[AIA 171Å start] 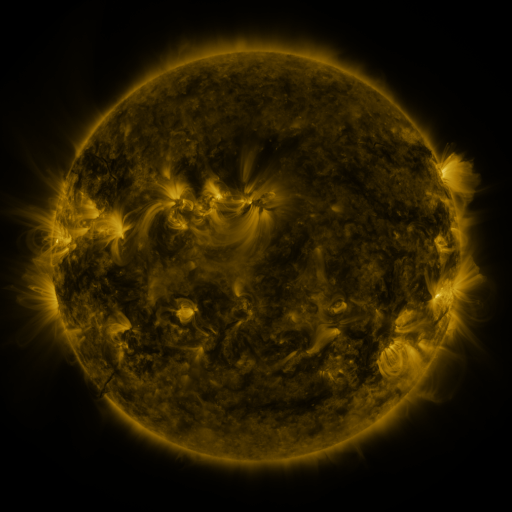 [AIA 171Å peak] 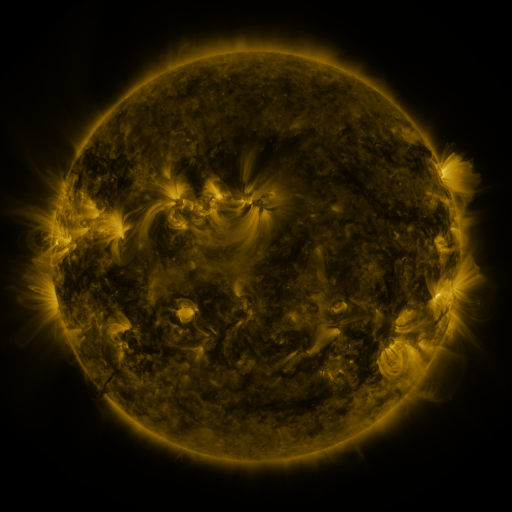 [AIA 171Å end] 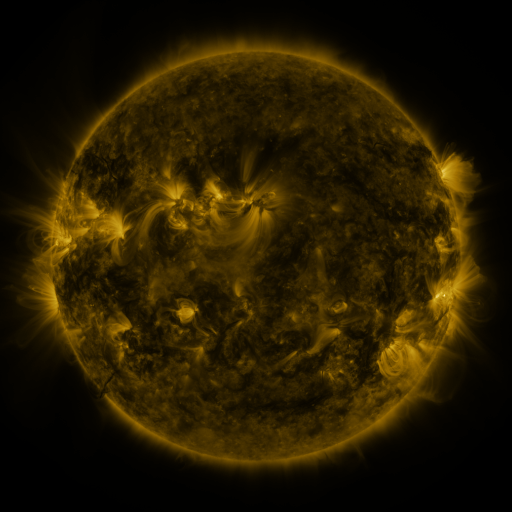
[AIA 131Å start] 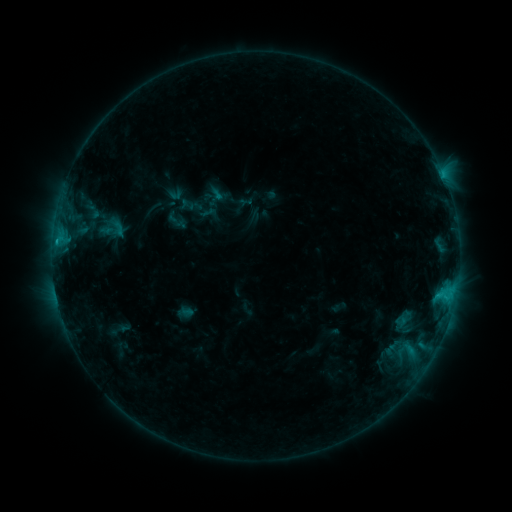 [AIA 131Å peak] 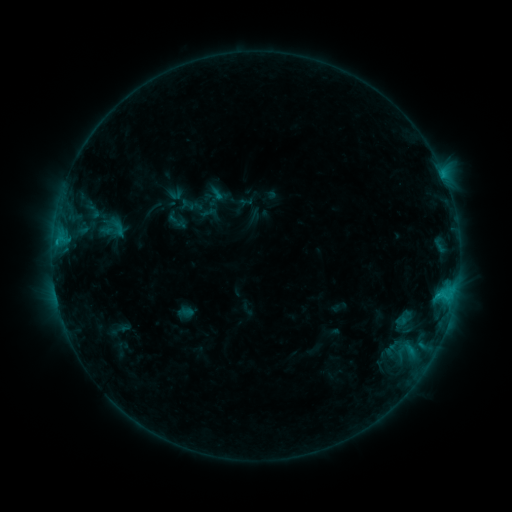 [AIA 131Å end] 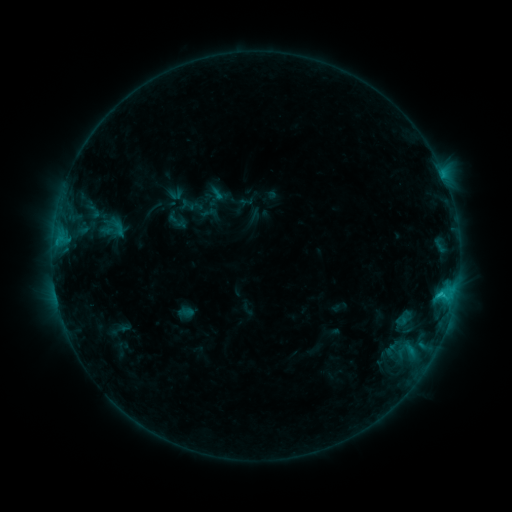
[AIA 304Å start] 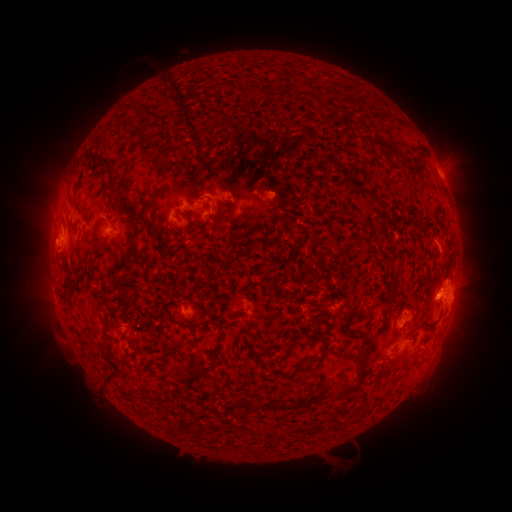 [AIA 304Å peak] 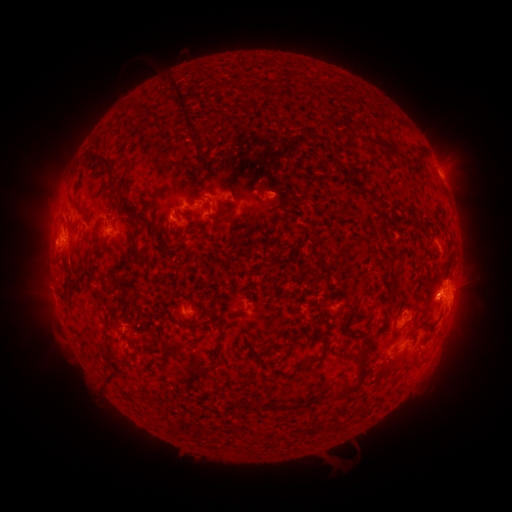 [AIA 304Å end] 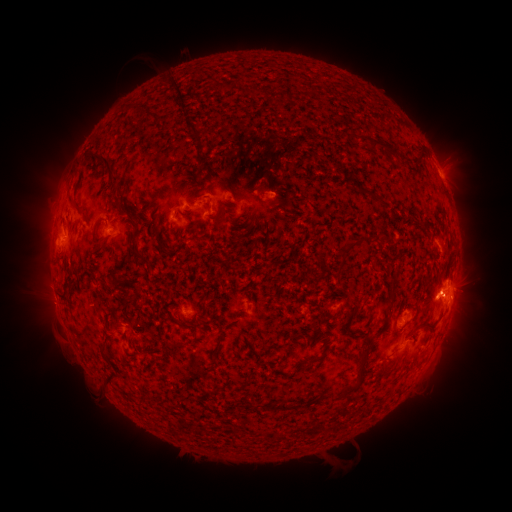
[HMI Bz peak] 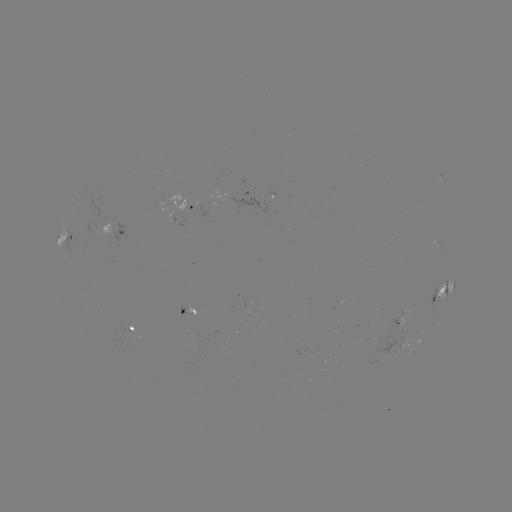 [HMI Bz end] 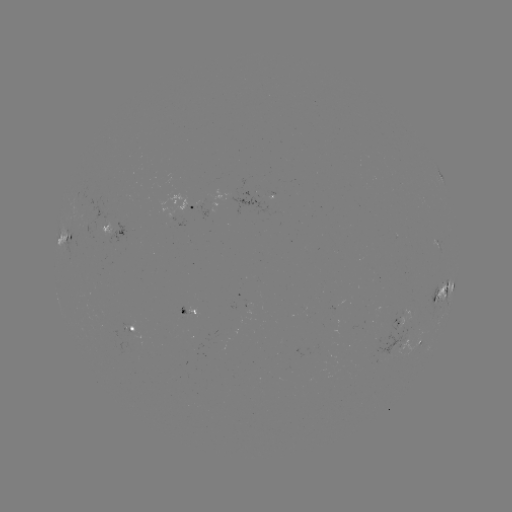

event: flare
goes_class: C1.5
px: (438, 292)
